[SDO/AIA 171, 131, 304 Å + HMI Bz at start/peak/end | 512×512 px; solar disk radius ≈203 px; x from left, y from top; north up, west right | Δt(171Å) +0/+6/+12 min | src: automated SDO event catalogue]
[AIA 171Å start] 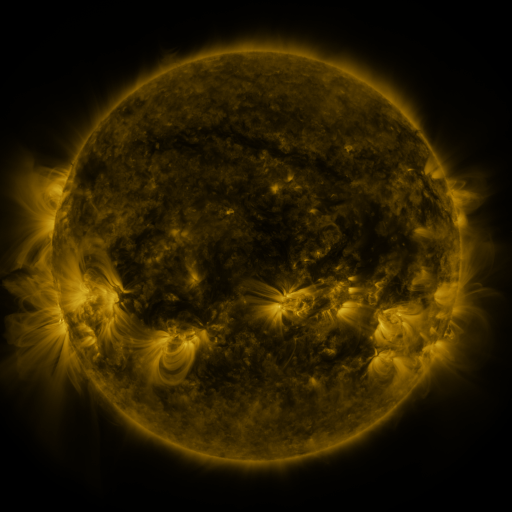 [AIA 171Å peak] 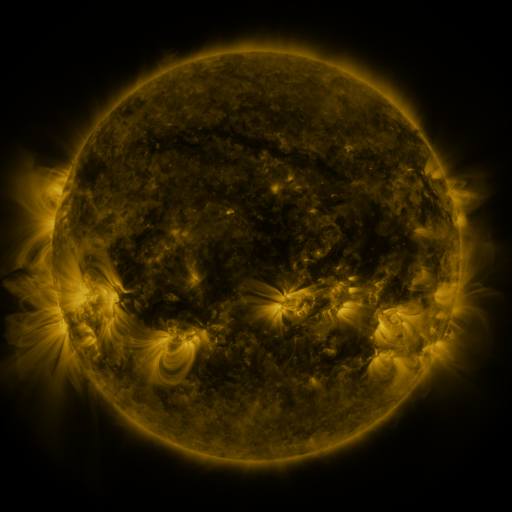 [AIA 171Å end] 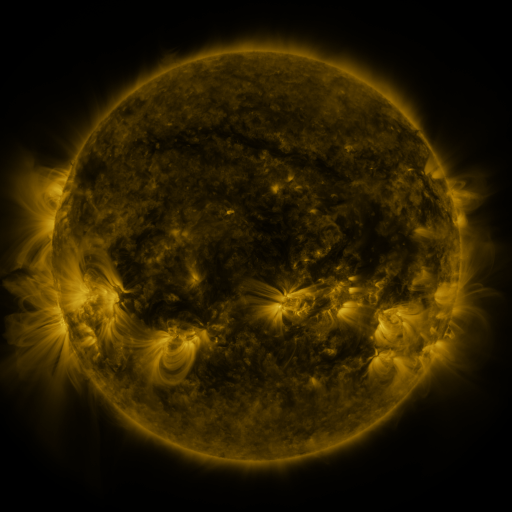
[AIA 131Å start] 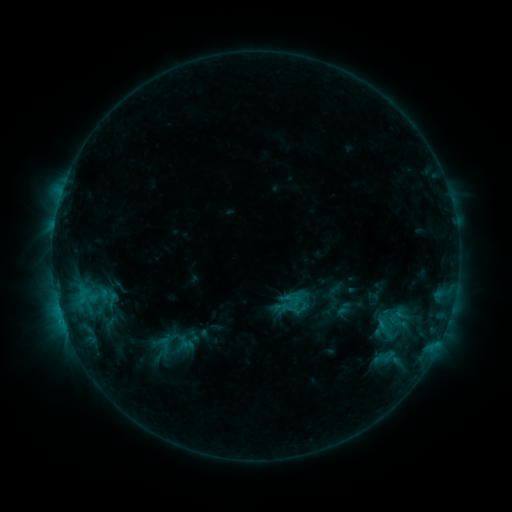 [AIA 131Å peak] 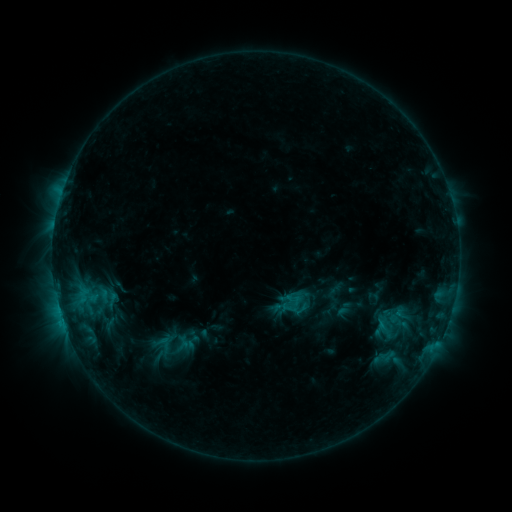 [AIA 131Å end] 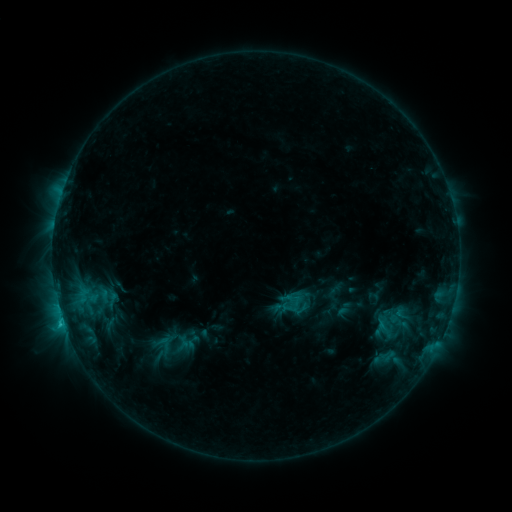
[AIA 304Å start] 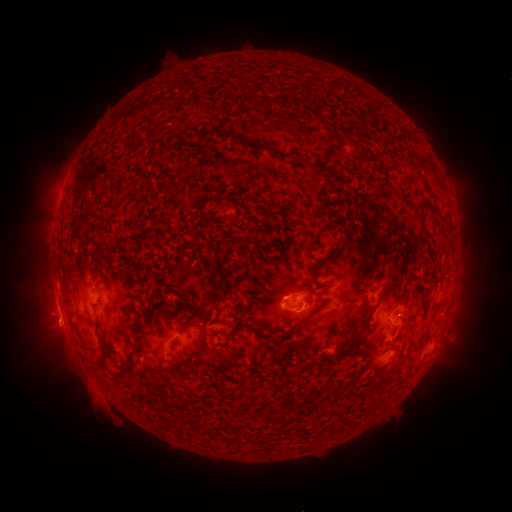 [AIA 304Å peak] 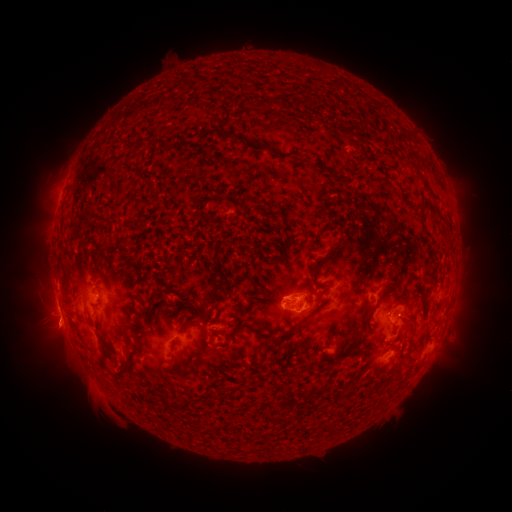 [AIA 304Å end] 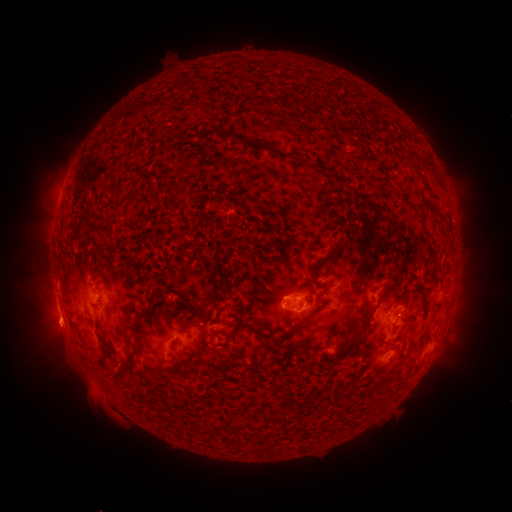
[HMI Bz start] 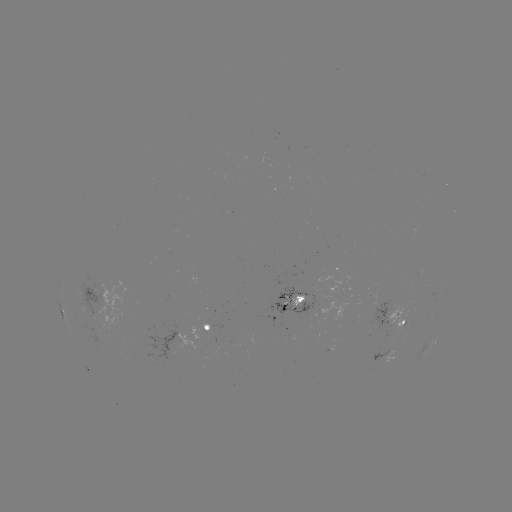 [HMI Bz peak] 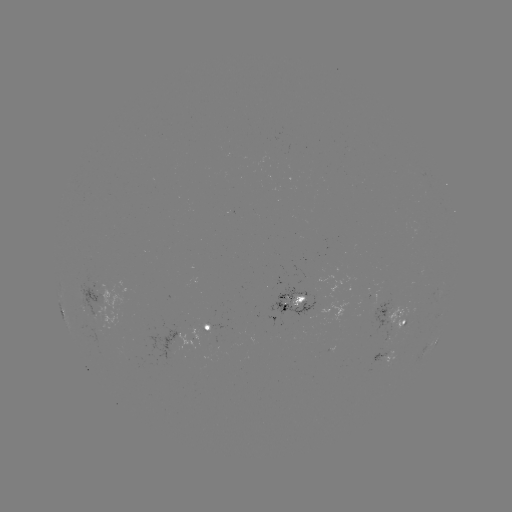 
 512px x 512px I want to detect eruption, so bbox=[25, 303, 85, 358].